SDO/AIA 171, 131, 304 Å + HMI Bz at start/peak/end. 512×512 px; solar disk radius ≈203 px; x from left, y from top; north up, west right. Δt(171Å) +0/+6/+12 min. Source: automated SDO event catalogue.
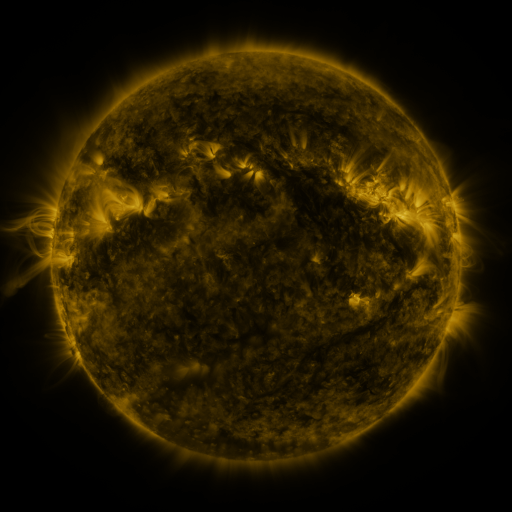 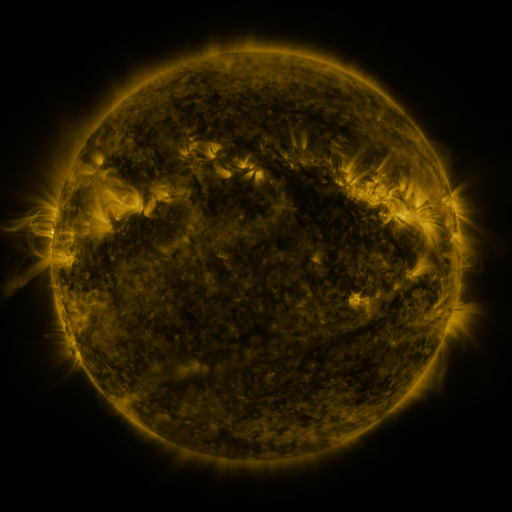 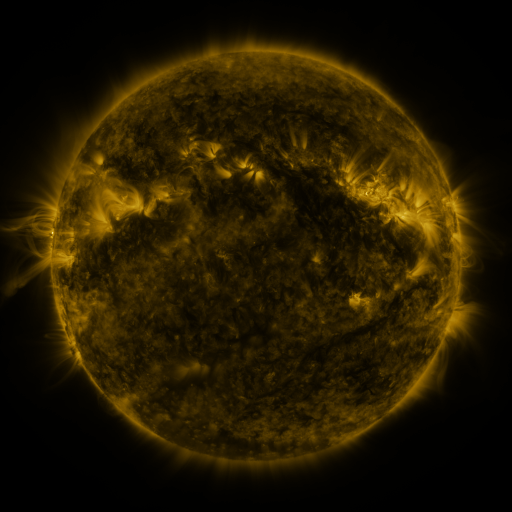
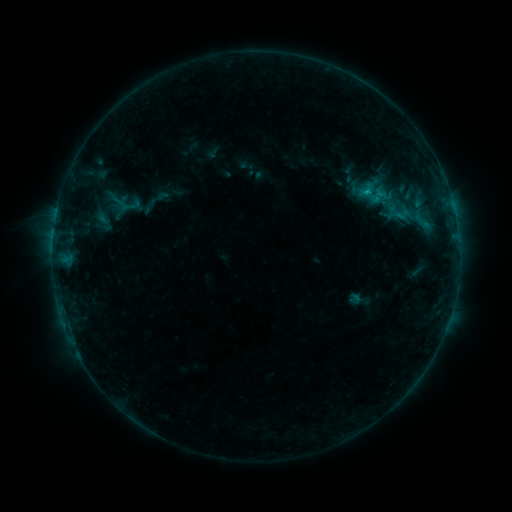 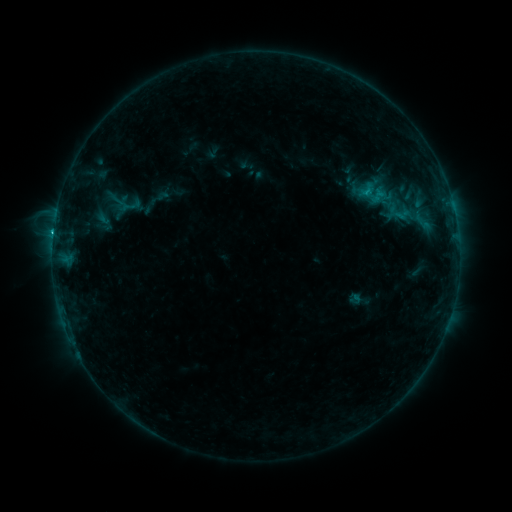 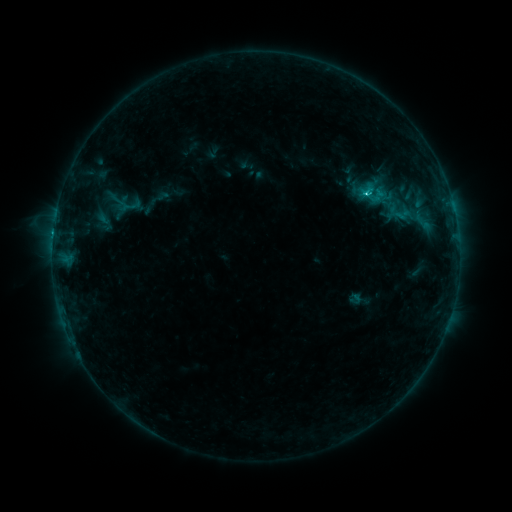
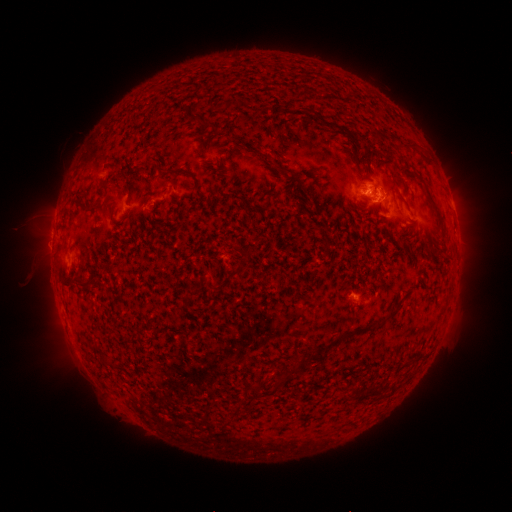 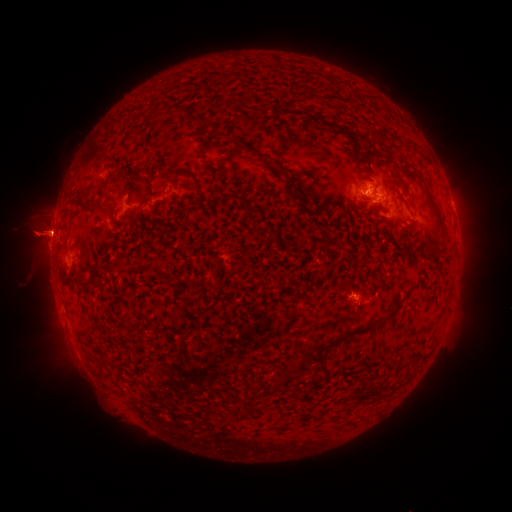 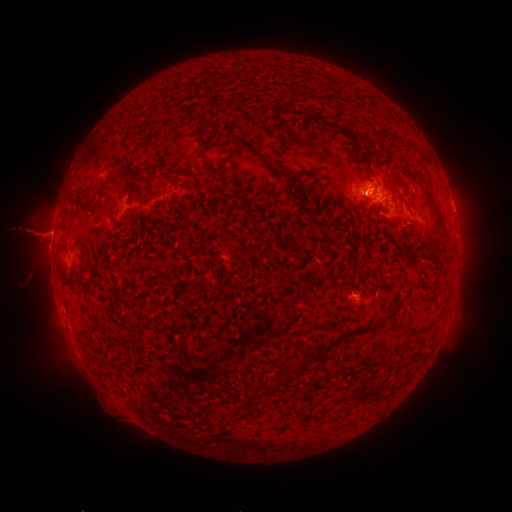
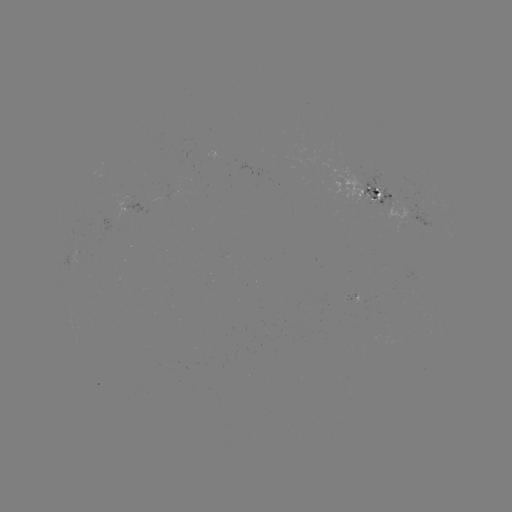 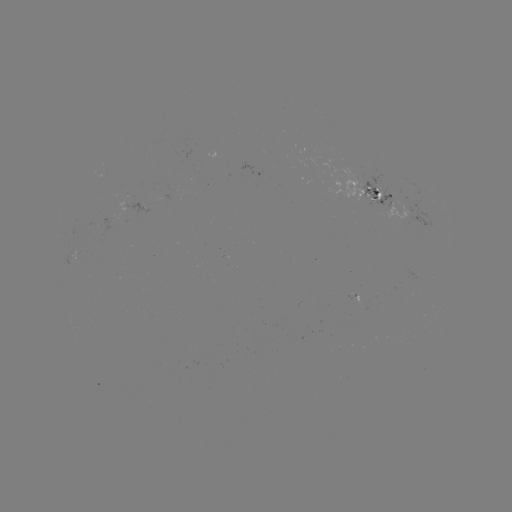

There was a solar eruption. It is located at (49, 233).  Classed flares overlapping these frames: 1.